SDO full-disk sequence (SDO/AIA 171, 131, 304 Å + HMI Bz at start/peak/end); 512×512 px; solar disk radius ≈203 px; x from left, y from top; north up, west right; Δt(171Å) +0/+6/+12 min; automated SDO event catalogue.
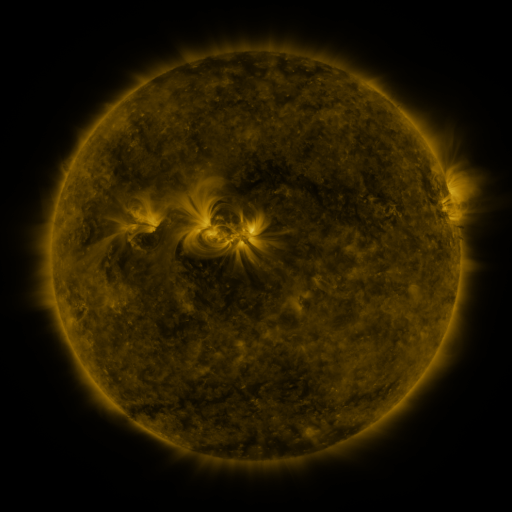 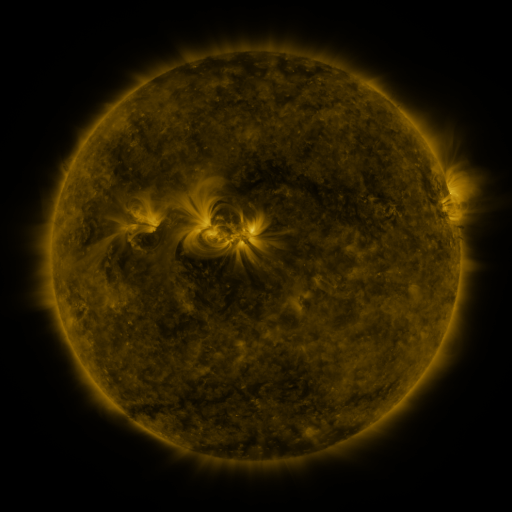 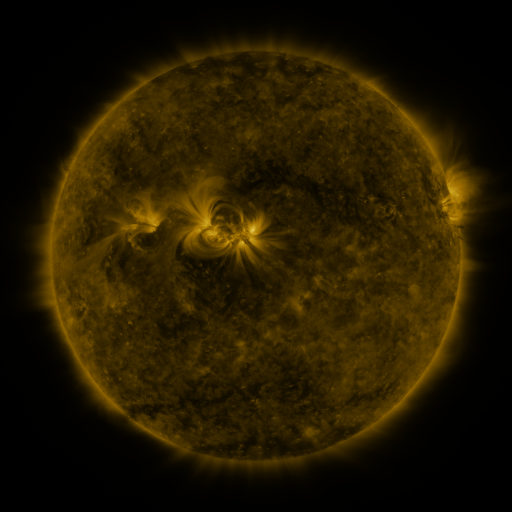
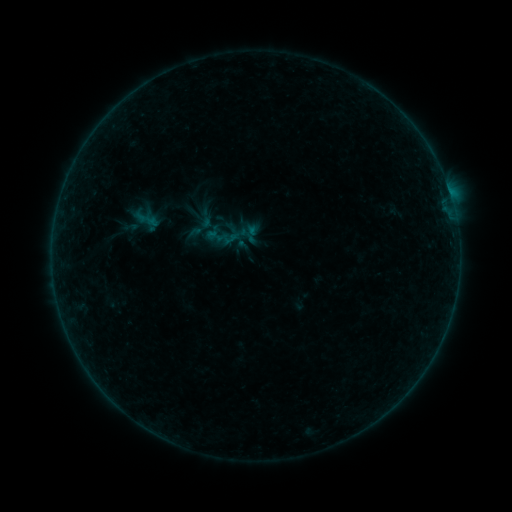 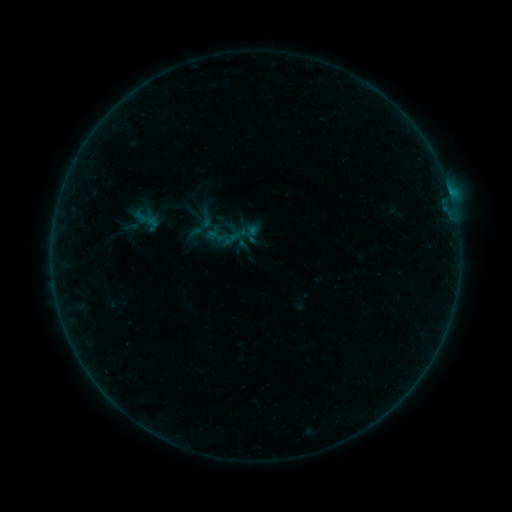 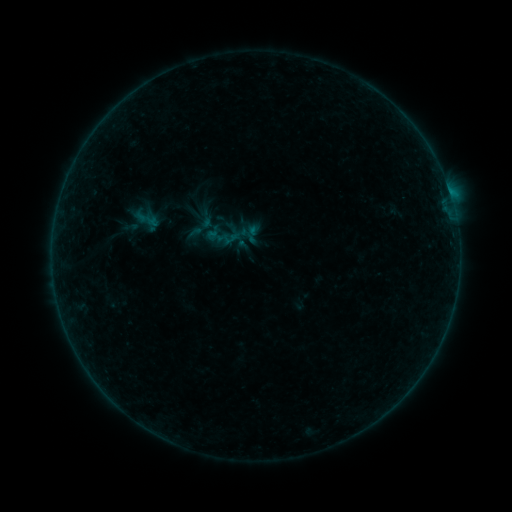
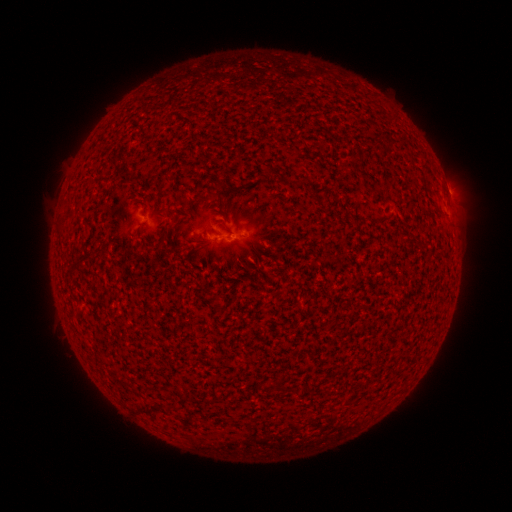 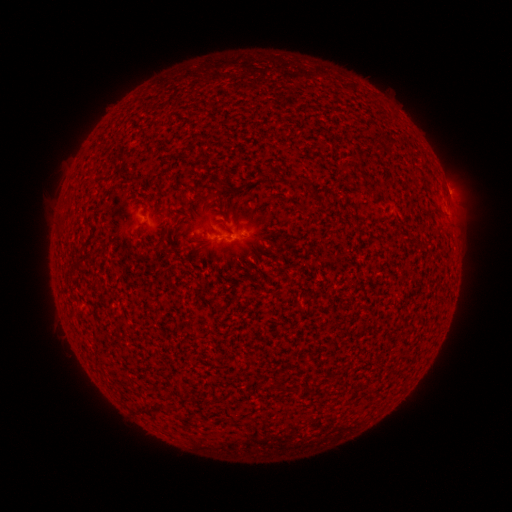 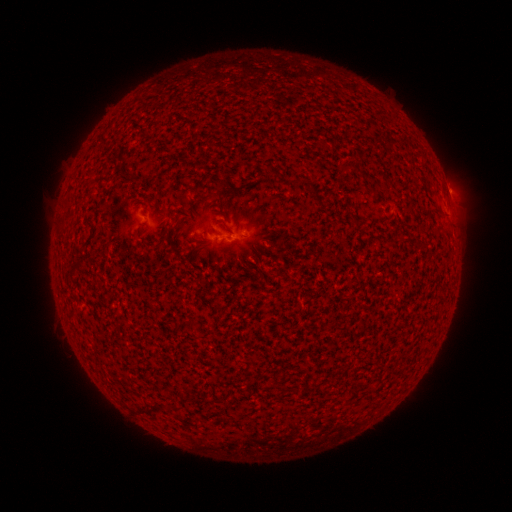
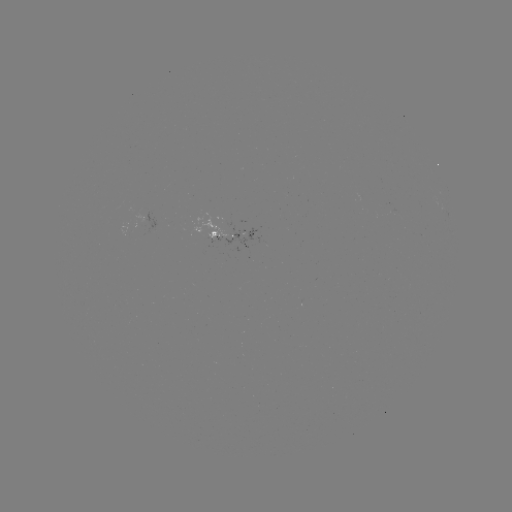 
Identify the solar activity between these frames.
B1.8 flare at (449, 193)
